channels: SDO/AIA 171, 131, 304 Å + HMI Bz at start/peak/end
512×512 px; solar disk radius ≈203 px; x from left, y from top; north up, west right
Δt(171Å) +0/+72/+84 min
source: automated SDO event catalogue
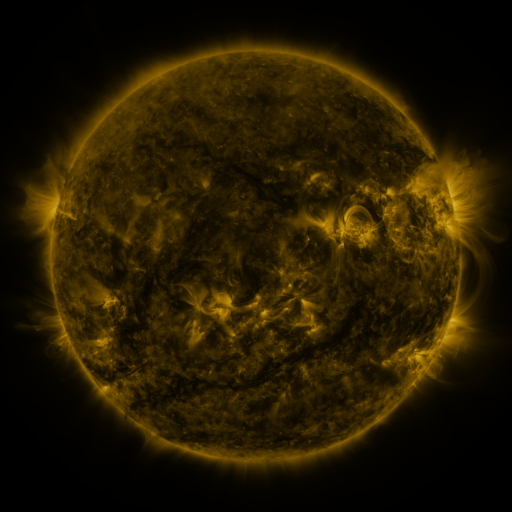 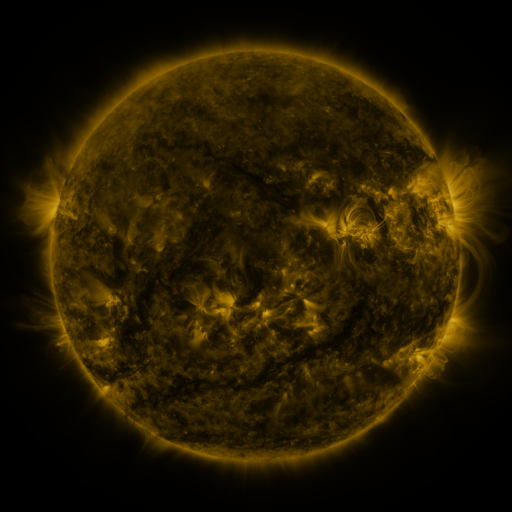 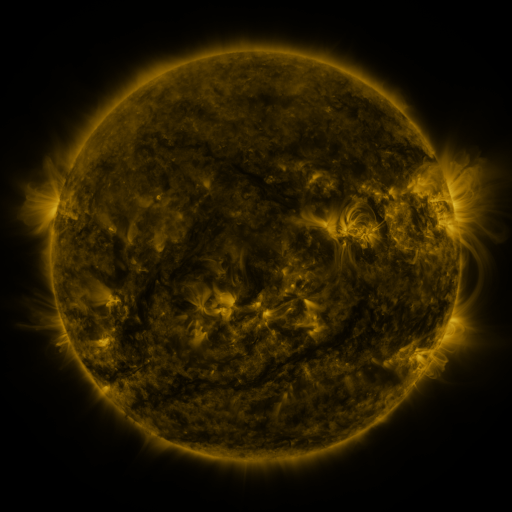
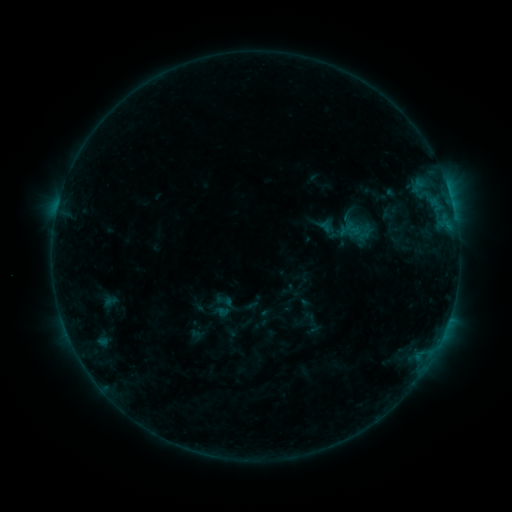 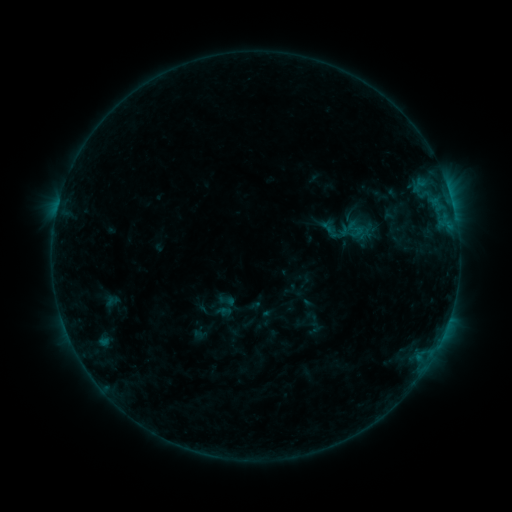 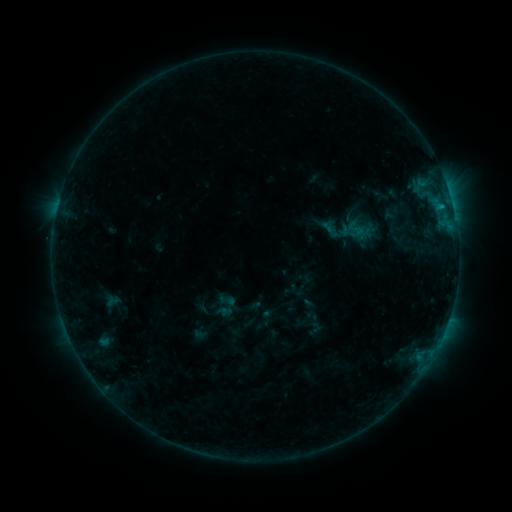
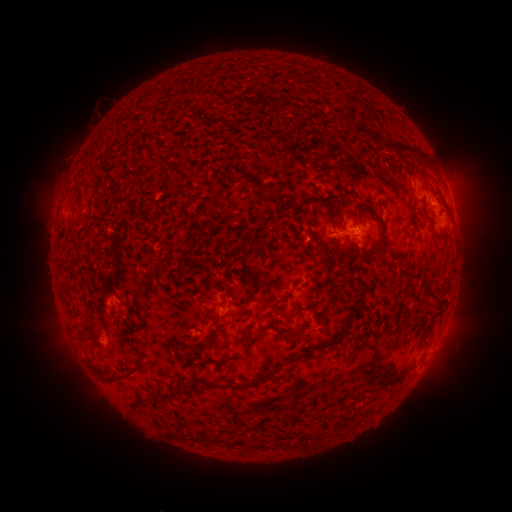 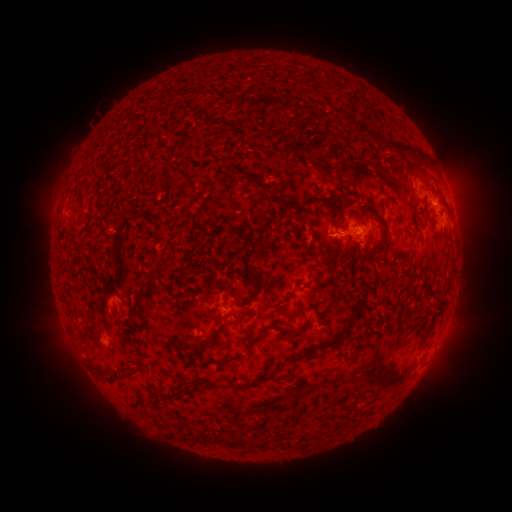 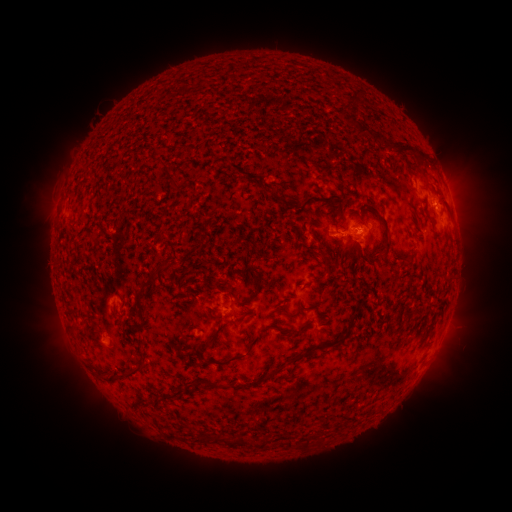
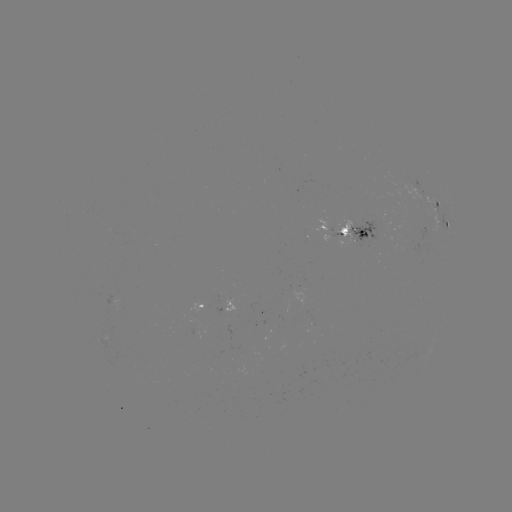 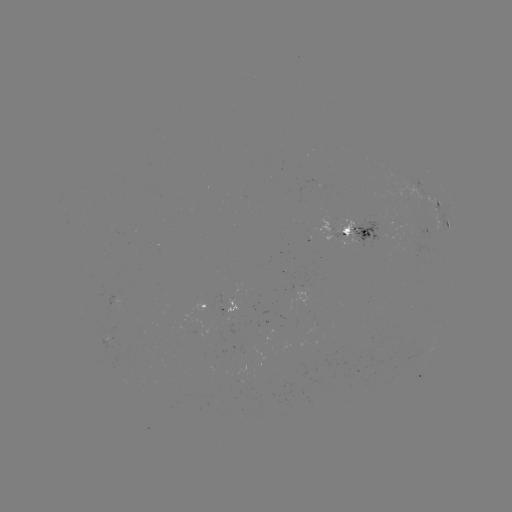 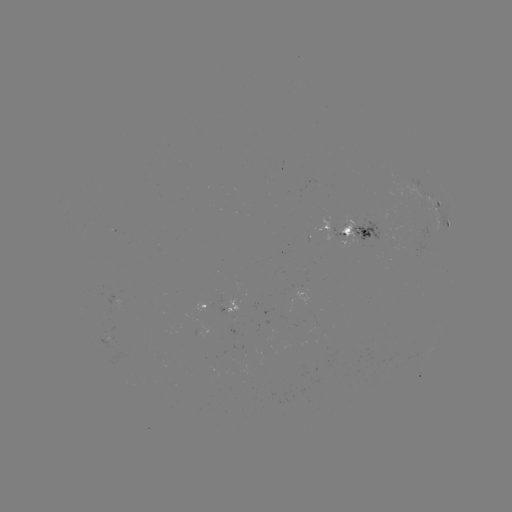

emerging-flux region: <bbox>96, 338, 112, 350</bbox>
